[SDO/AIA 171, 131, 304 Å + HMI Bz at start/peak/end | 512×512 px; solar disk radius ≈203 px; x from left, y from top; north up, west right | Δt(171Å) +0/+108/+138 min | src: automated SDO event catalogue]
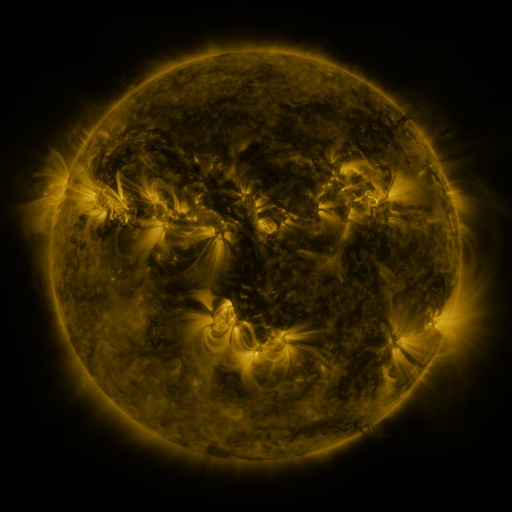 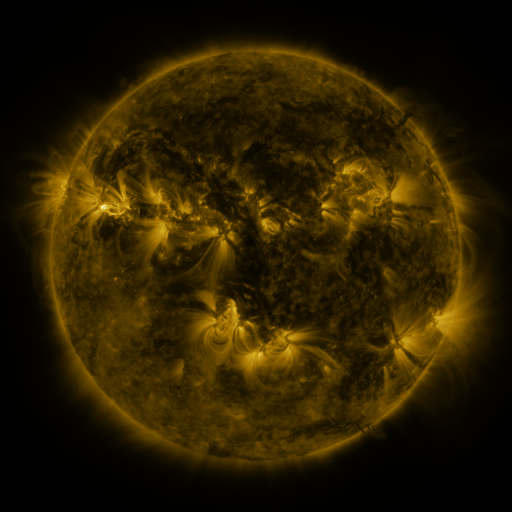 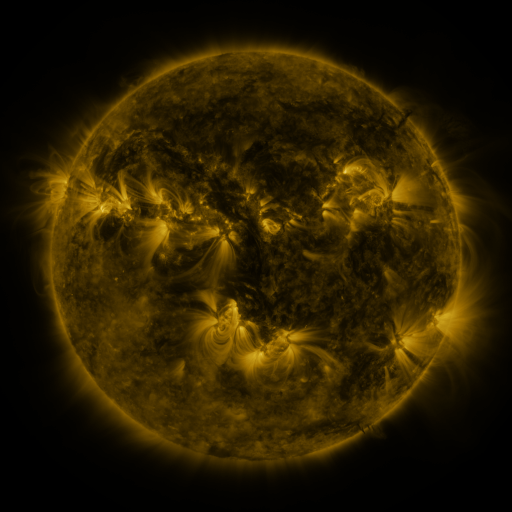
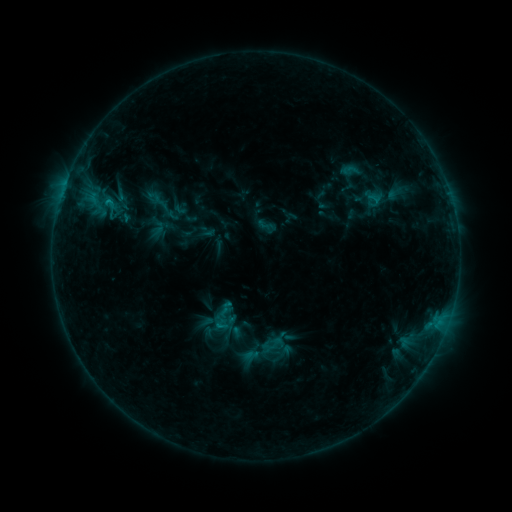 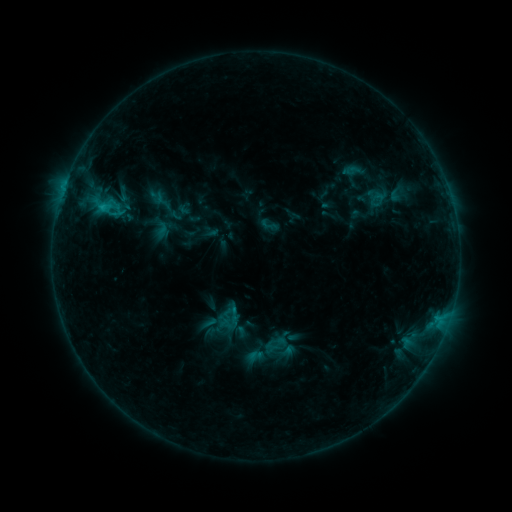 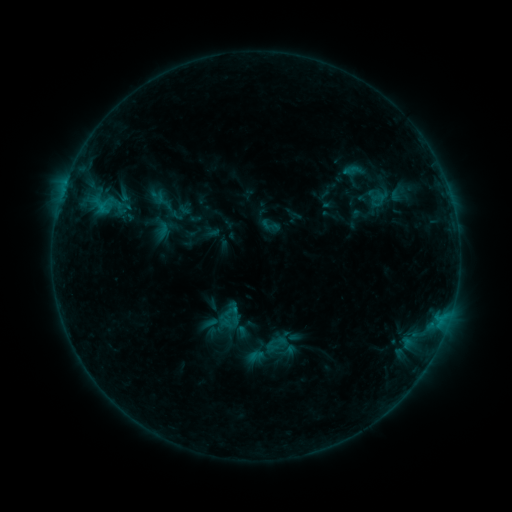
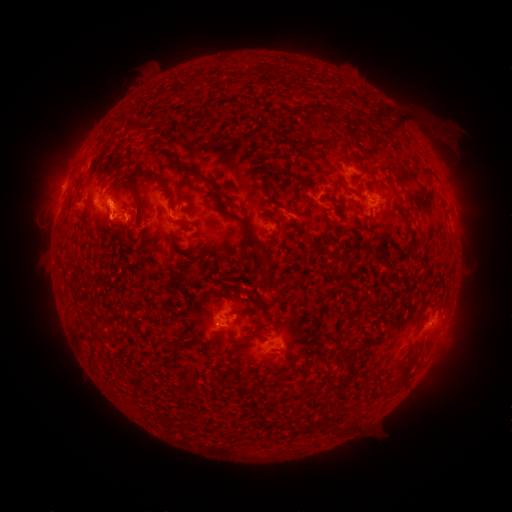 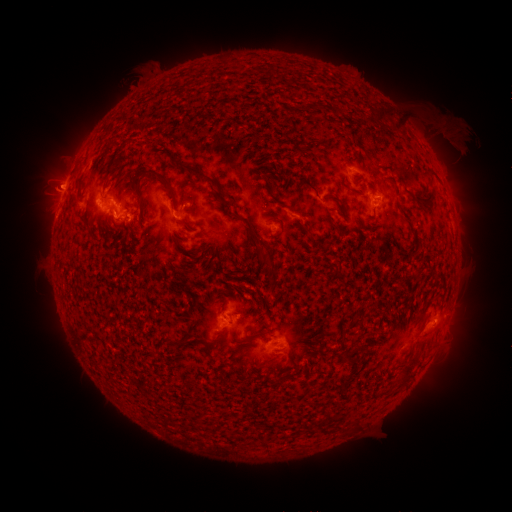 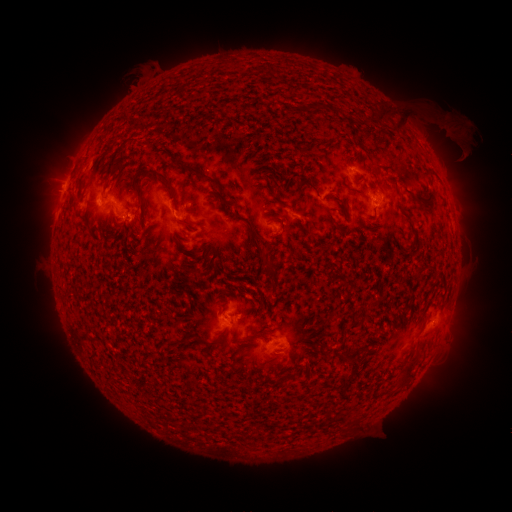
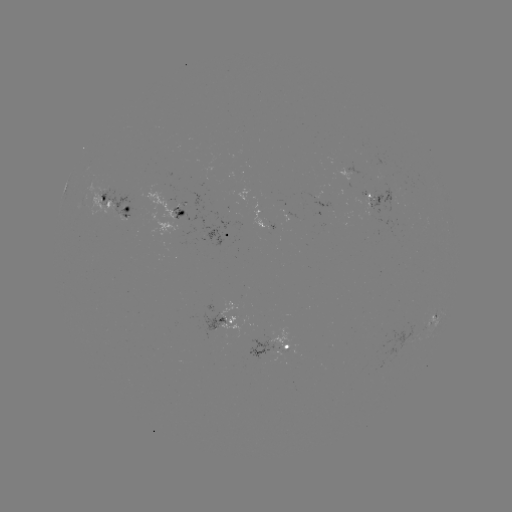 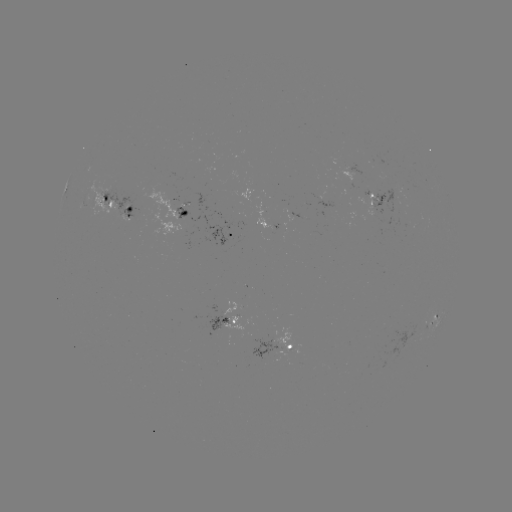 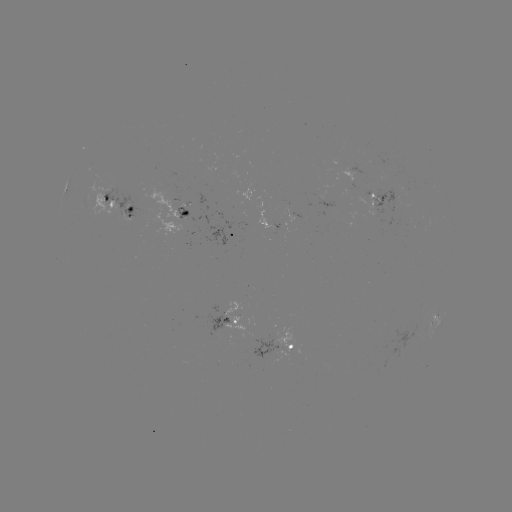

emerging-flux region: <bbox>271, 328, 294, 351</bbox>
